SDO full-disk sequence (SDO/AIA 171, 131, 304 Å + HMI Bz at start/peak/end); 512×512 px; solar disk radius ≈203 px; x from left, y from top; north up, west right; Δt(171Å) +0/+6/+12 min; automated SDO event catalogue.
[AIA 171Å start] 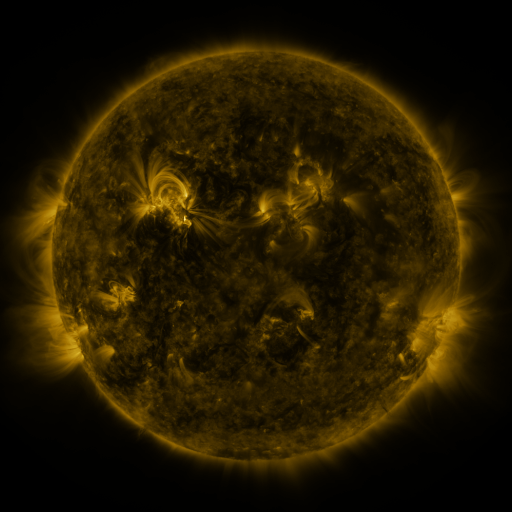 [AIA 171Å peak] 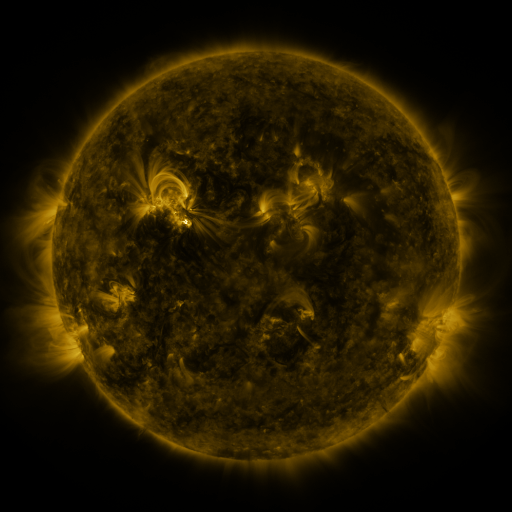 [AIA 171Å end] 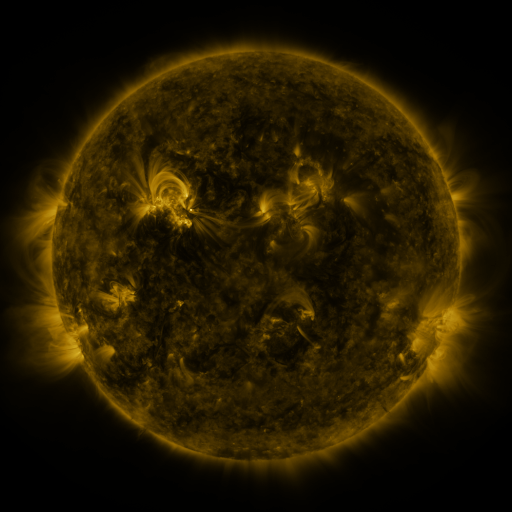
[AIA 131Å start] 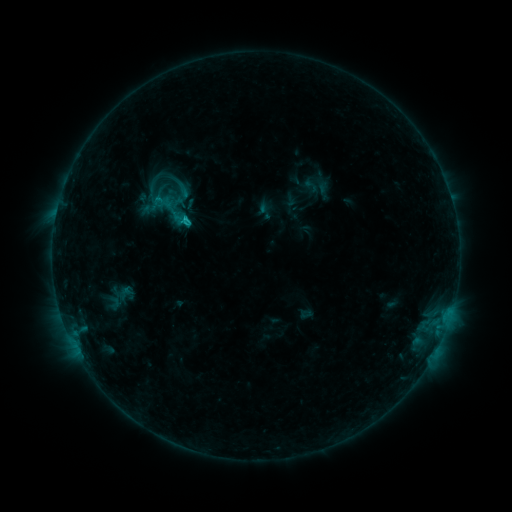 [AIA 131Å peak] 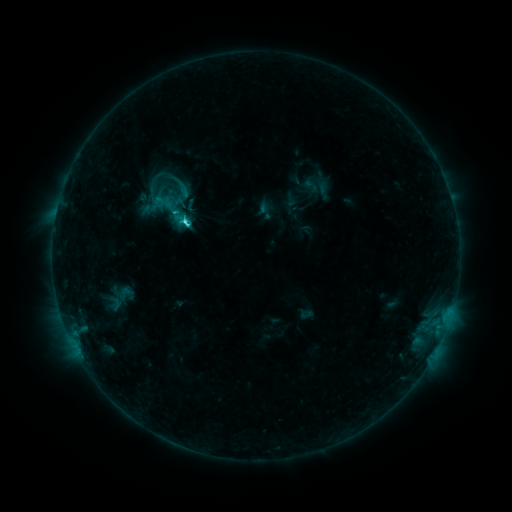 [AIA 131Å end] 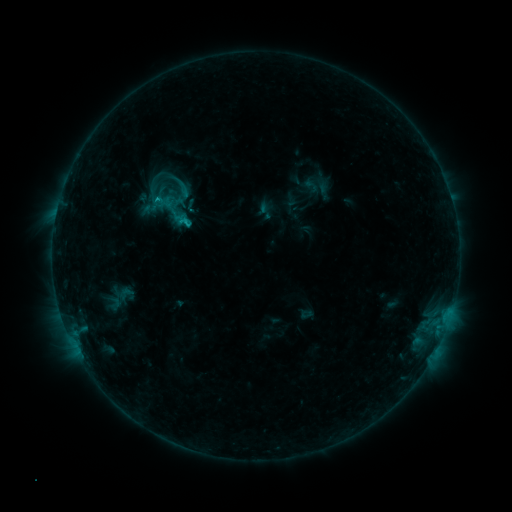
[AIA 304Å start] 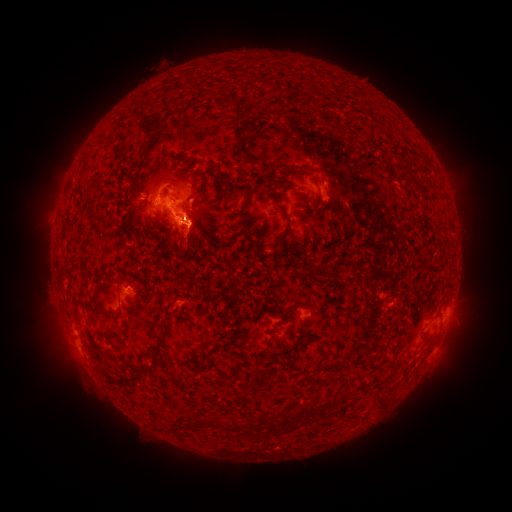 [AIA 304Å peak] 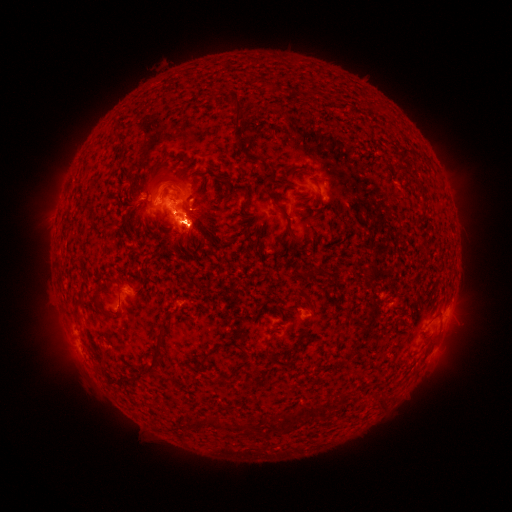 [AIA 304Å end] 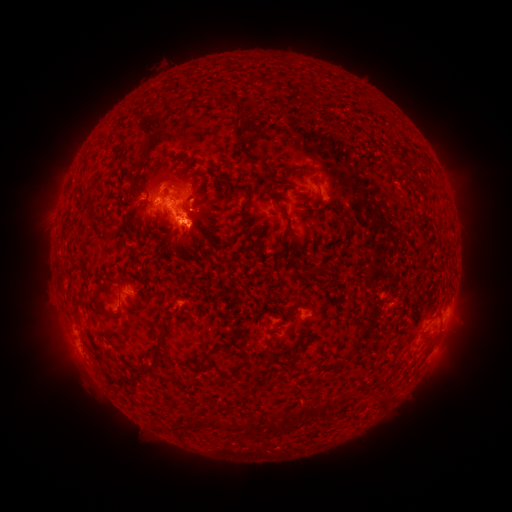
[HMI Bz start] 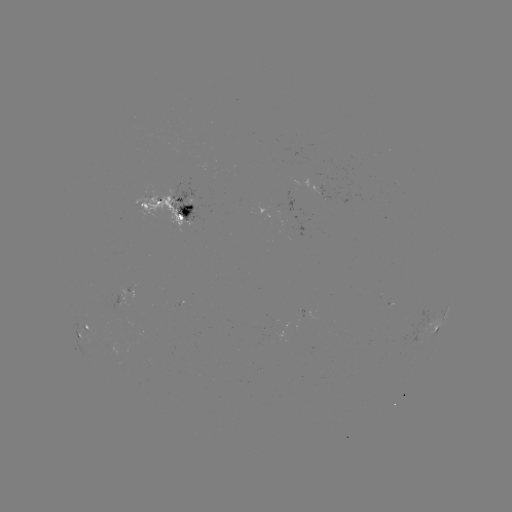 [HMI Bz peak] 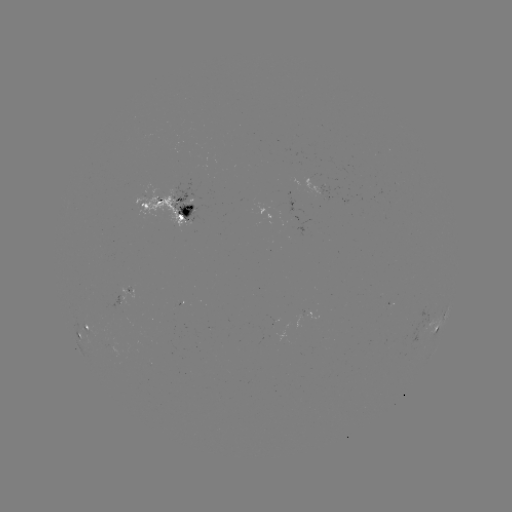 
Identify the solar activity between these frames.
eruption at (460, 338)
